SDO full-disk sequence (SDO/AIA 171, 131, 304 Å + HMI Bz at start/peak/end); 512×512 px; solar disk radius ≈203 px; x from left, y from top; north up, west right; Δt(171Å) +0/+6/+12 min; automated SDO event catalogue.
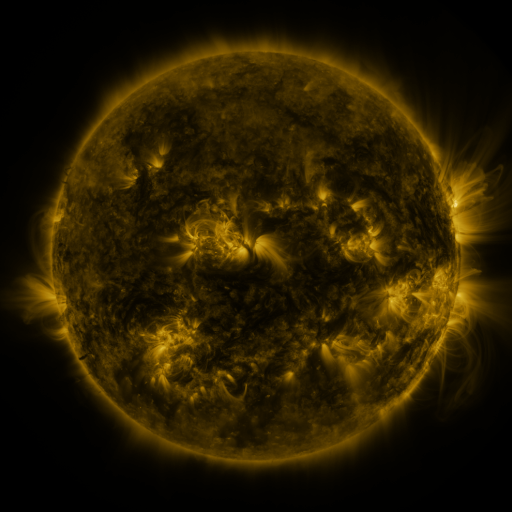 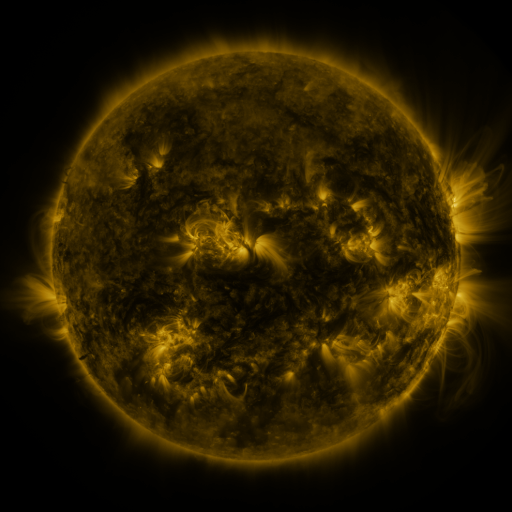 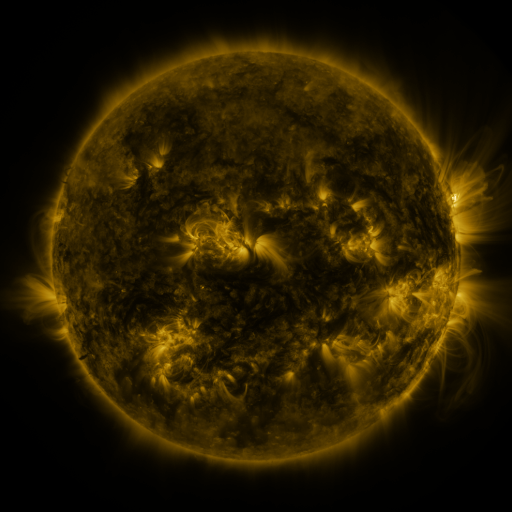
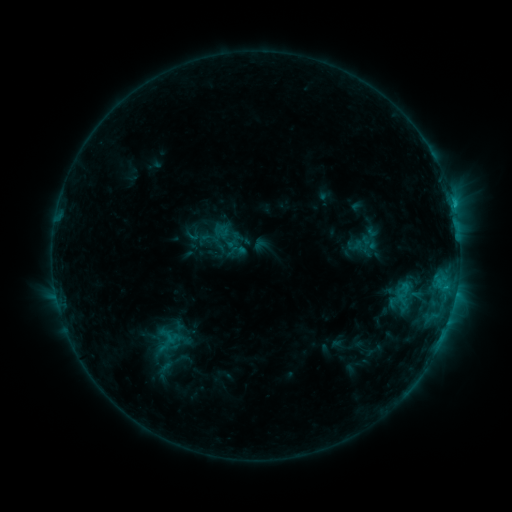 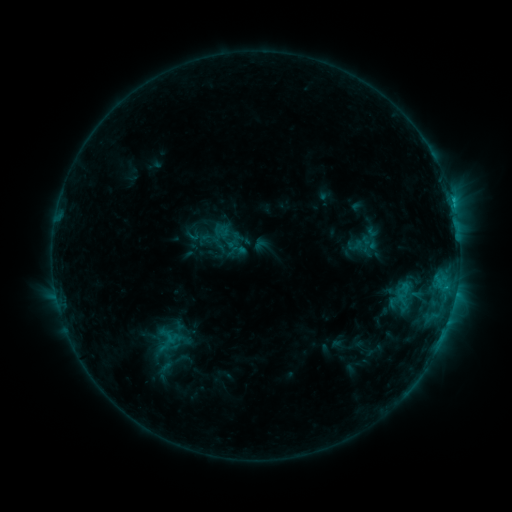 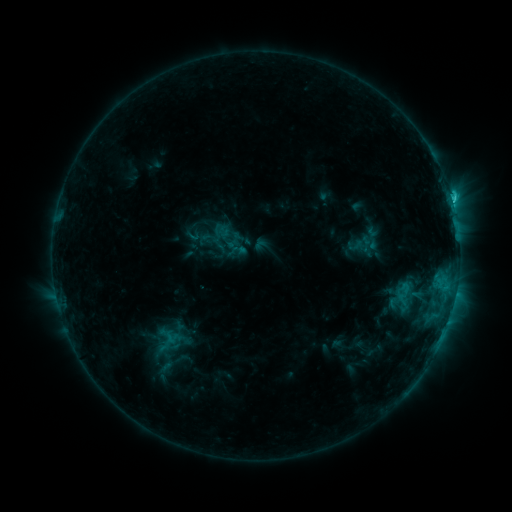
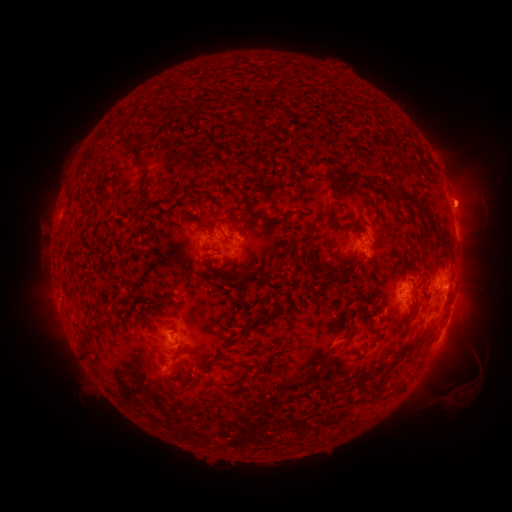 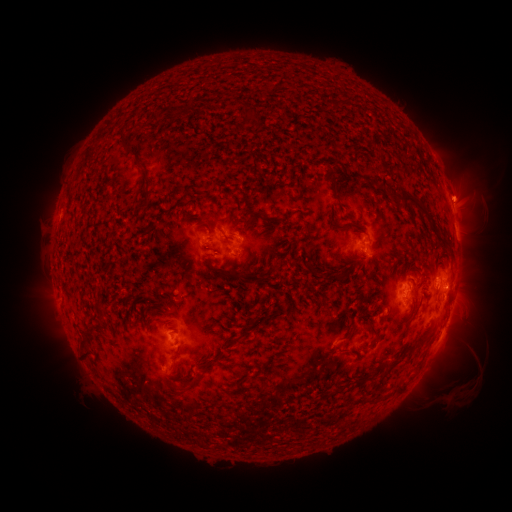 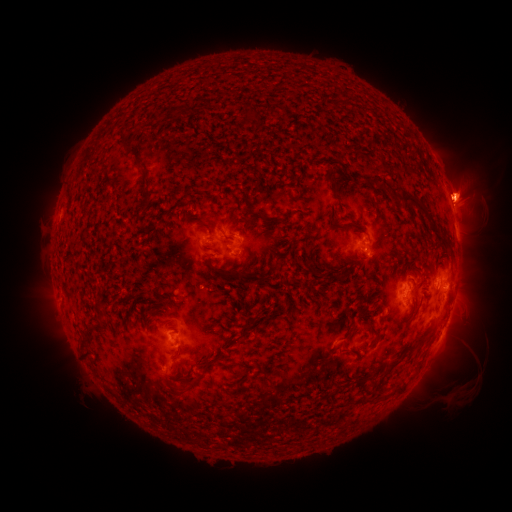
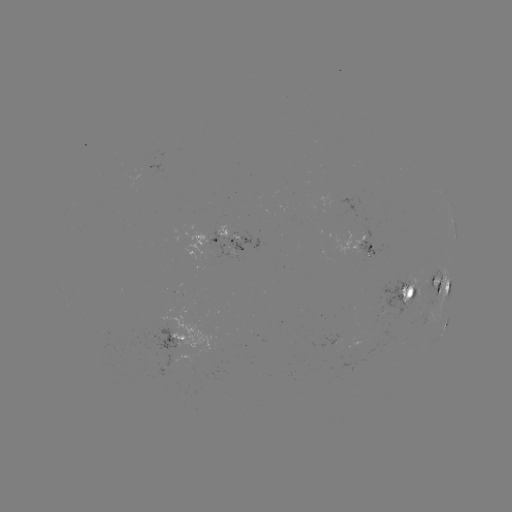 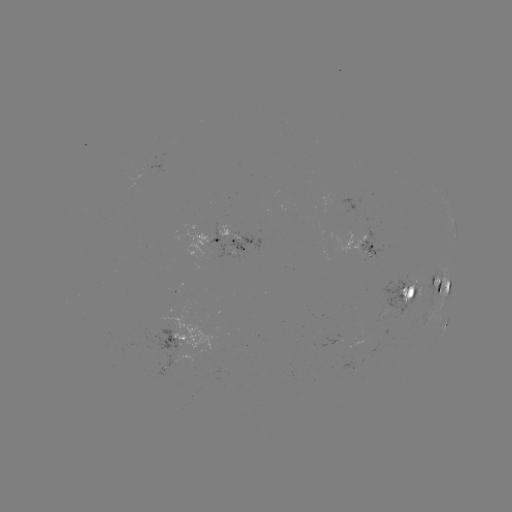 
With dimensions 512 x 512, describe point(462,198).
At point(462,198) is eruption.